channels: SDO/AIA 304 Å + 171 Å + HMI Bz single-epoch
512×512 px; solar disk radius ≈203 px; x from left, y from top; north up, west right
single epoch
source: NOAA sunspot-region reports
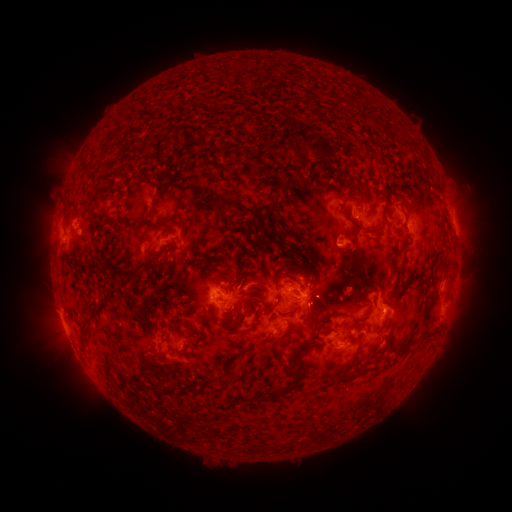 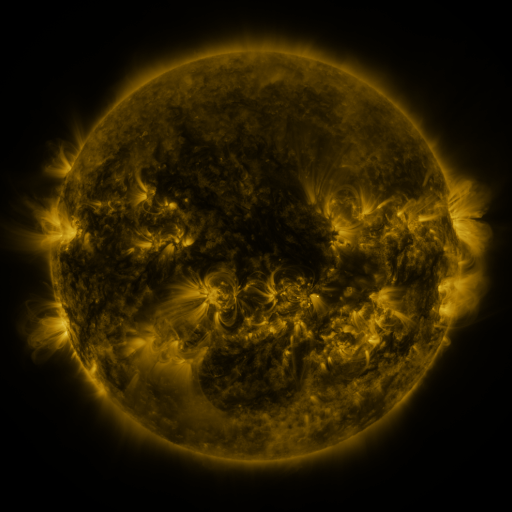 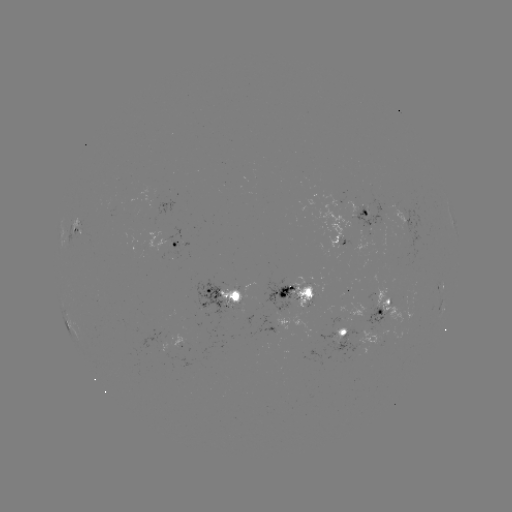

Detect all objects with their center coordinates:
spotted active region: (363, 217)
spotted active region: (411, 225)
spotted active region: (77, 237)
spotted active region: (173, 246)
spotted active region: (442, 289)
spotted active region: (298, 296)
spotted active region: (224, 303)
spotted active region: (384, 307)
spotted active region: (441, 312)
spotted active region: (276, 331)
spotted active region: (351, 336)
